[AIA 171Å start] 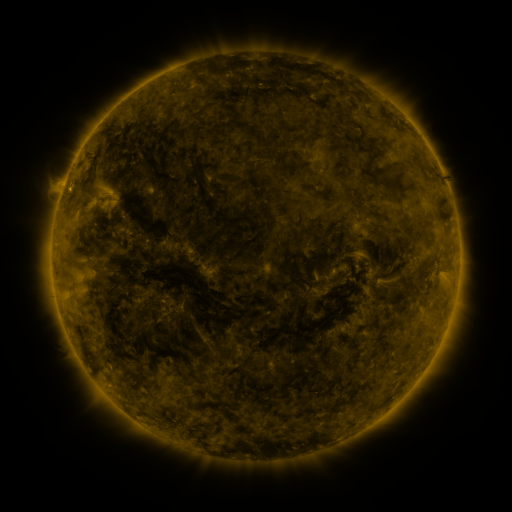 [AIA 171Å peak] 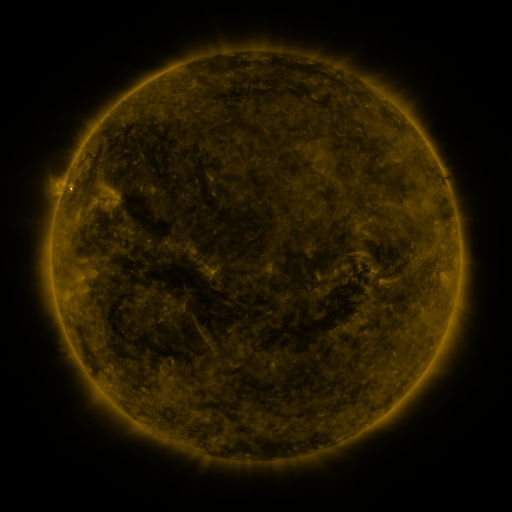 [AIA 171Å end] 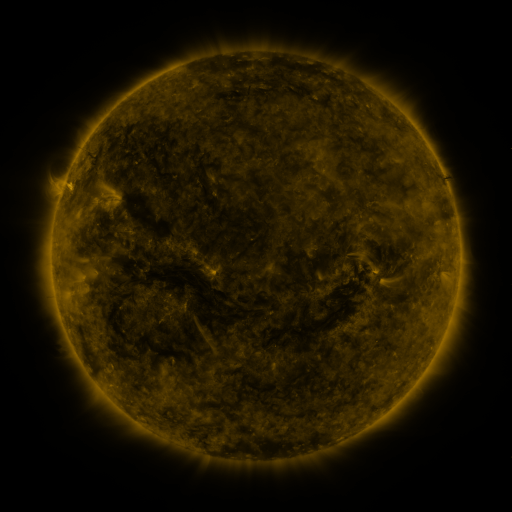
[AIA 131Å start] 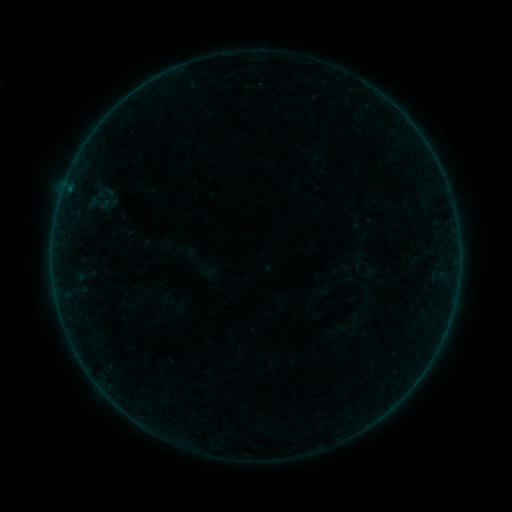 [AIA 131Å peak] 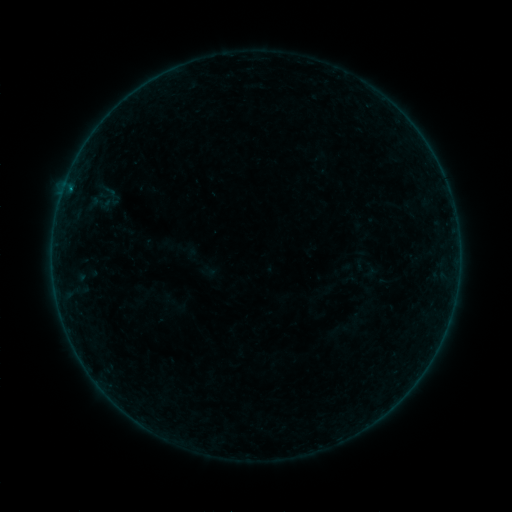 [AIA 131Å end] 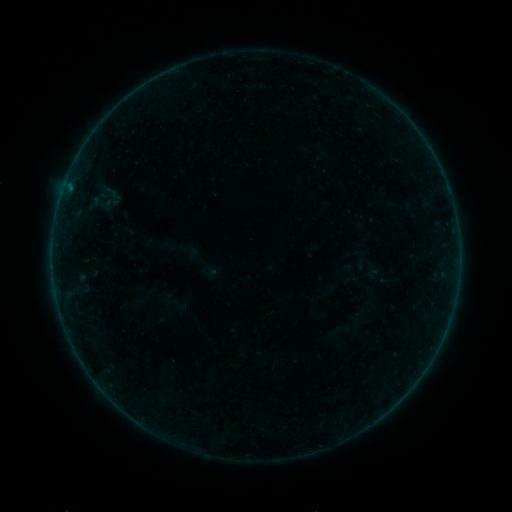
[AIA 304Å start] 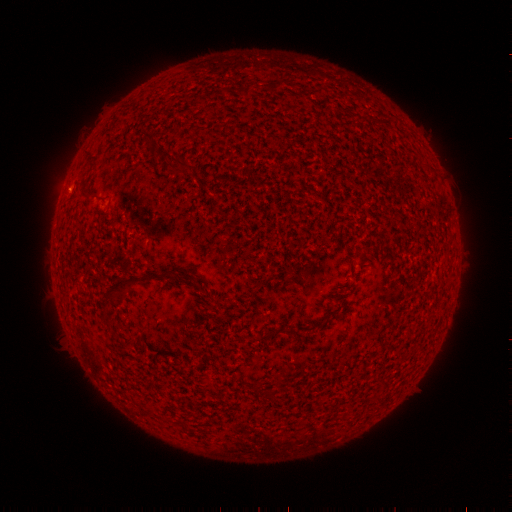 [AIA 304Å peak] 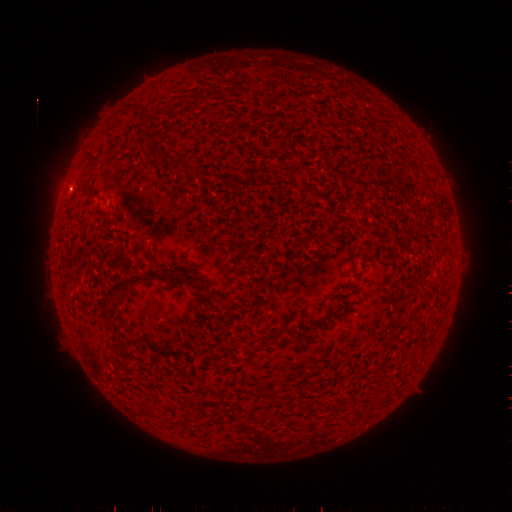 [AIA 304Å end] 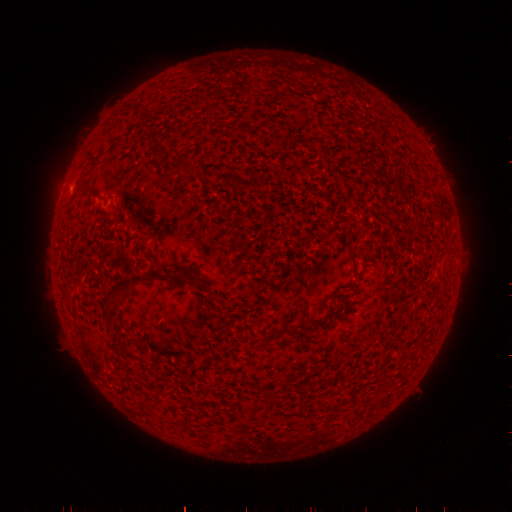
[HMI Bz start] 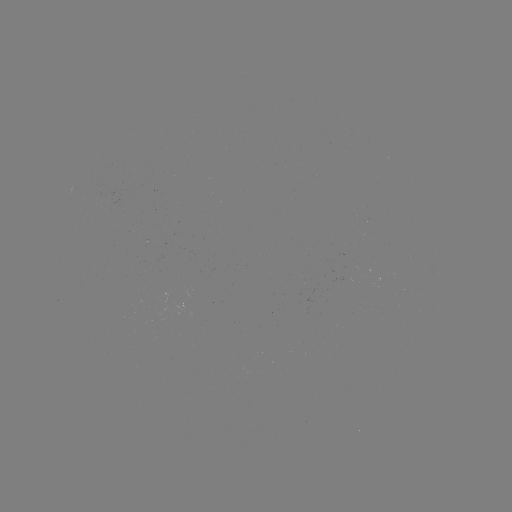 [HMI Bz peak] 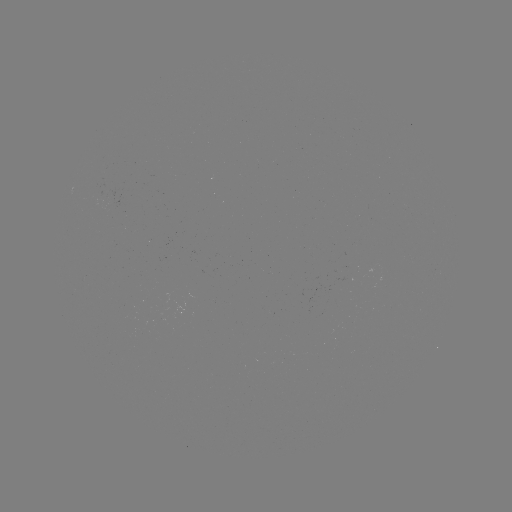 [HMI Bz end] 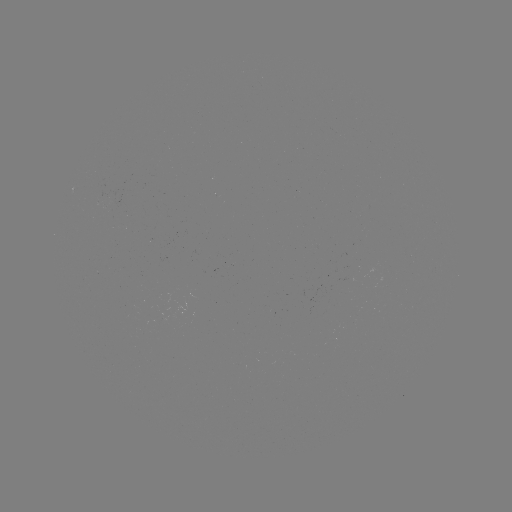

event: emerging-flux region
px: (101, 199)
